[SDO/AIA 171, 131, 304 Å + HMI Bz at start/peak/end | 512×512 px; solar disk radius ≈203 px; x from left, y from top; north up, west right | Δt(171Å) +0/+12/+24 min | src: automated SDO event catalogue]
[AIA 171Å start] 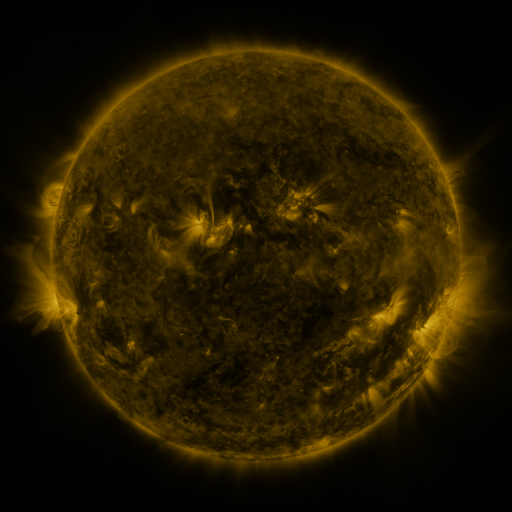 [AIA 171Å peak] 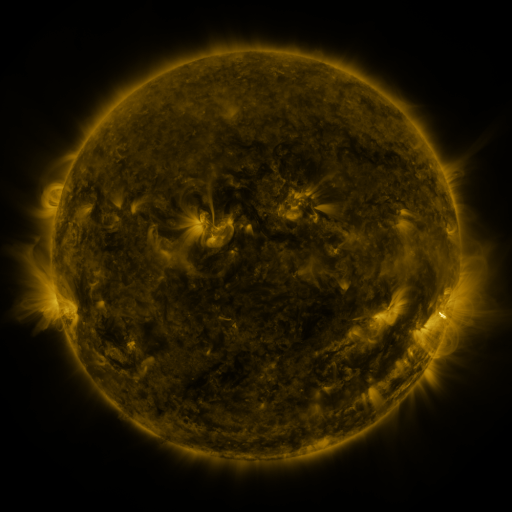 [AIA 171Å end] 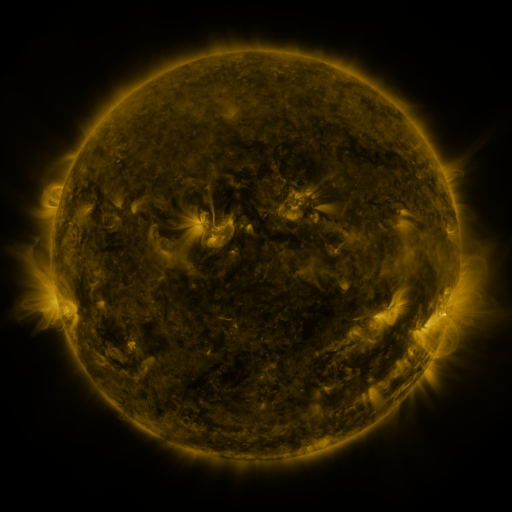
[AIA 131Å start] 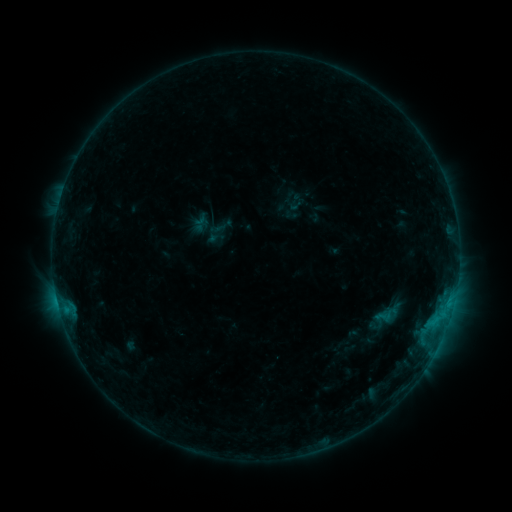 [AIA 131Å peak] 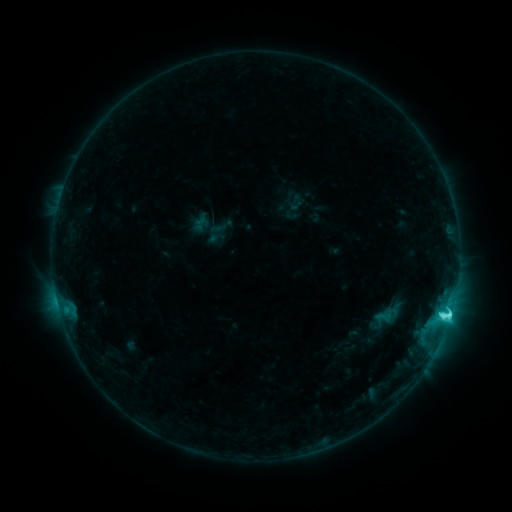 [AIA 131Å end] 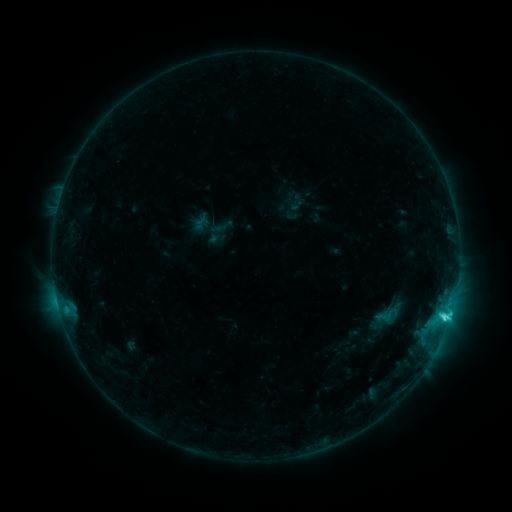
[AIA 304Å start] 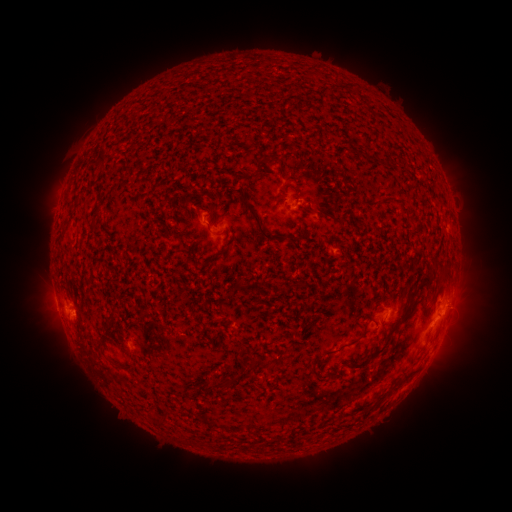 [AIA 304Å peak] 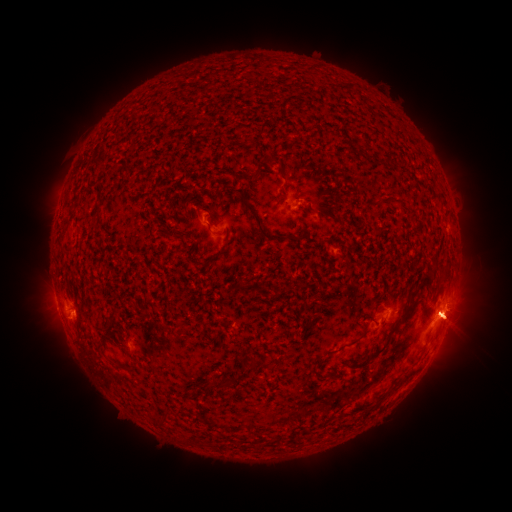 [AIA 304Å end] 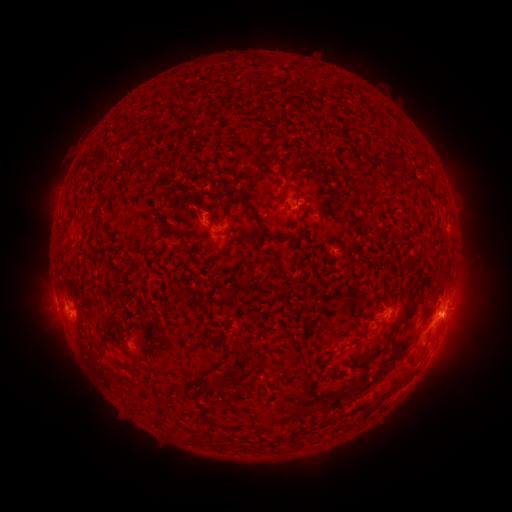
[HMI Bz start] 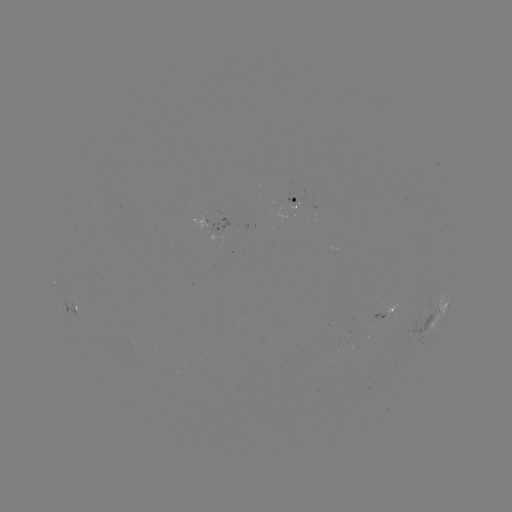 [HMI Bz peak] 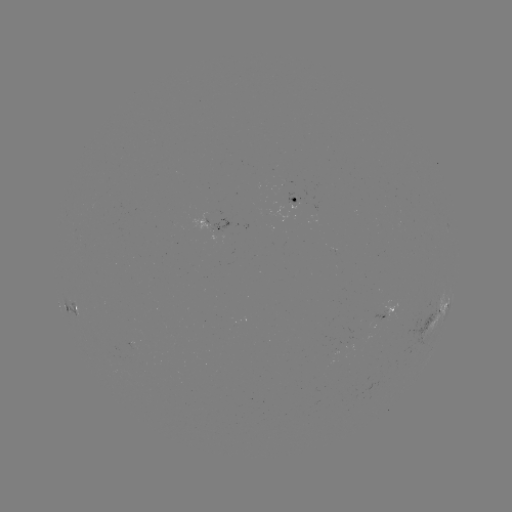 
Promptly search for eruption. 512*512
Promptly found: [454, 327].